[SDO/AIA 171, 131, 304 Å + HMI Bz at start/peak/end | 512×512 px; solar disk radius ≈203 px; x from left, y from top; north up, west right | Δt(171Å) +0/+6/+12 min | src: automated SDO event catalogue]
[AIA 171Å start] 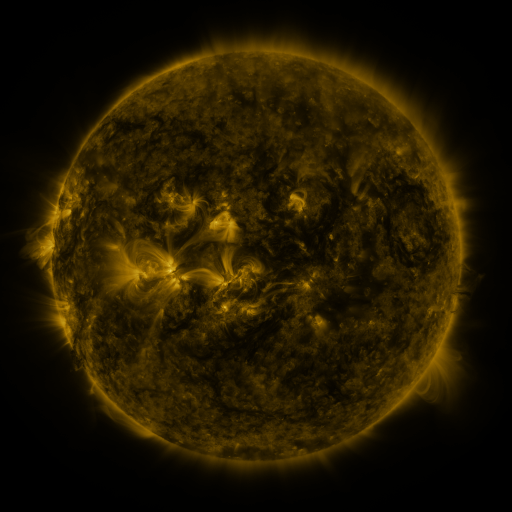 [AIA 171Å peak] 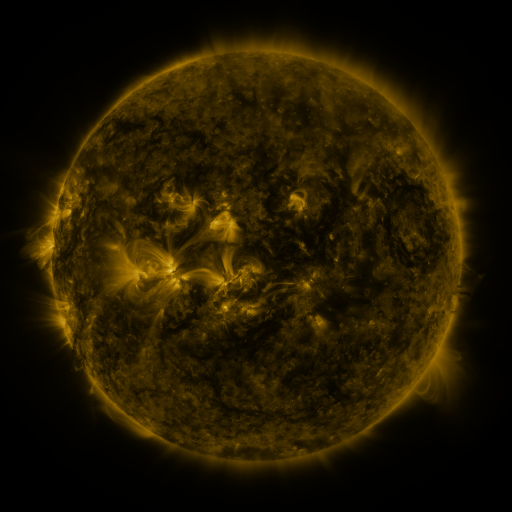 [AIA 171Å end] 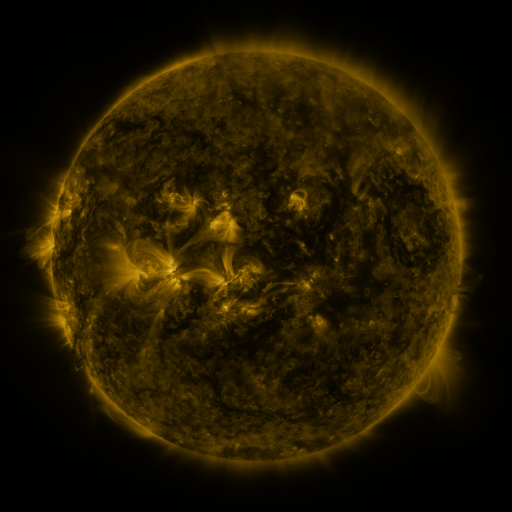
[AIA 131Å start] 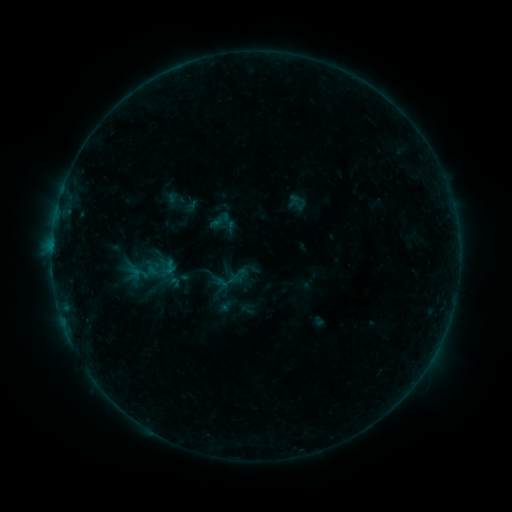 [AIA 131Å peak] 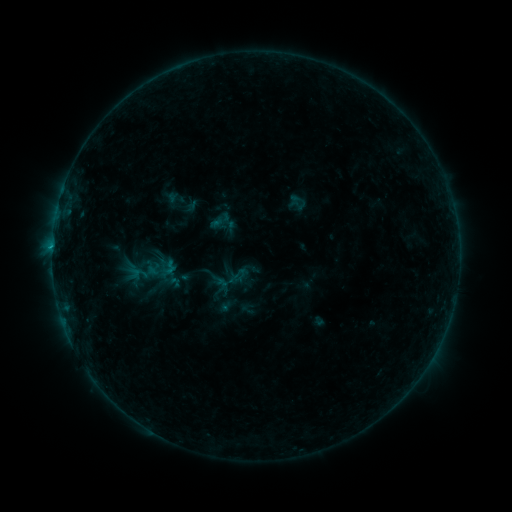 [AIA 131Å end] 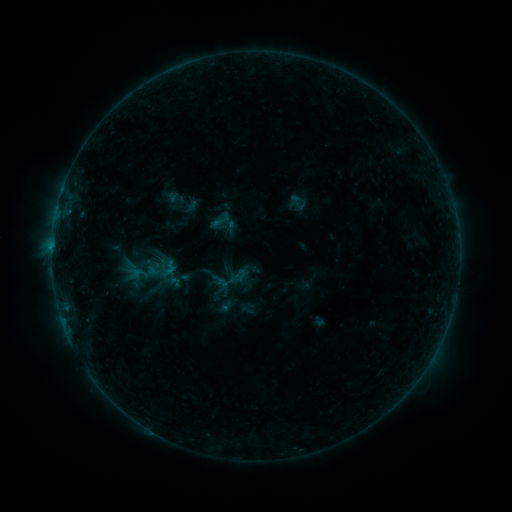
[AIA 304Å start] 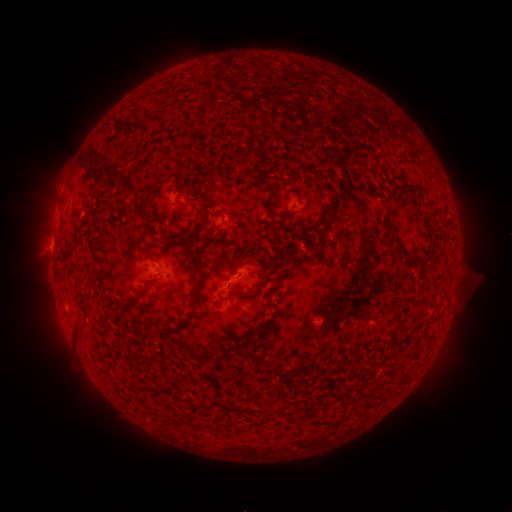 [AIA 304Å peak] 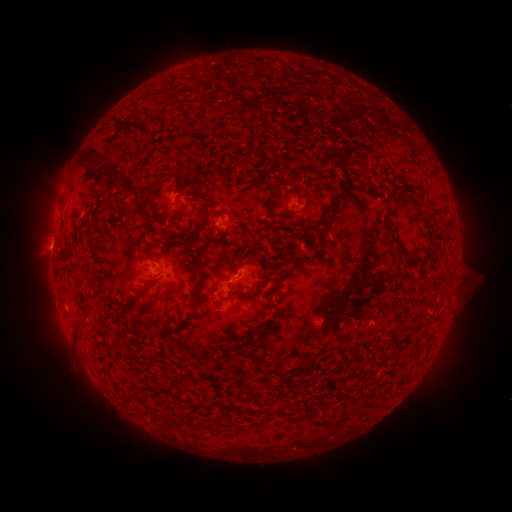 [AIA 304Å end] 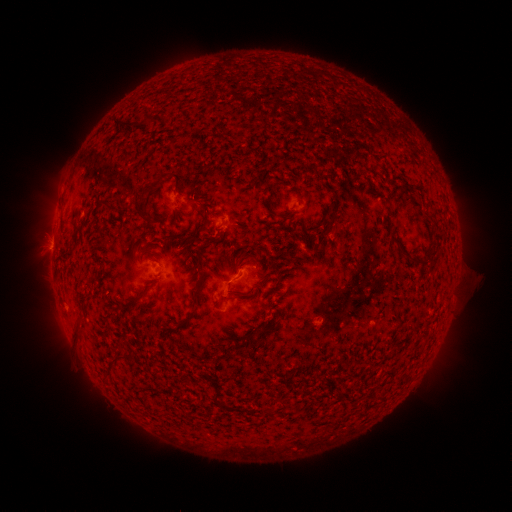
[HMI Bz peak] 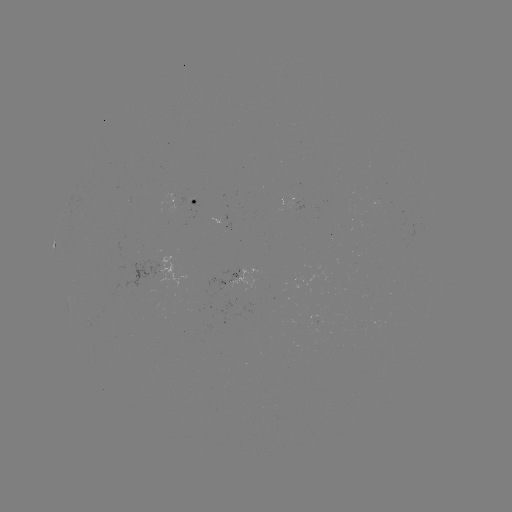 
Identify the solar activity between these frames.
B5.6 flare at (220, 229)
